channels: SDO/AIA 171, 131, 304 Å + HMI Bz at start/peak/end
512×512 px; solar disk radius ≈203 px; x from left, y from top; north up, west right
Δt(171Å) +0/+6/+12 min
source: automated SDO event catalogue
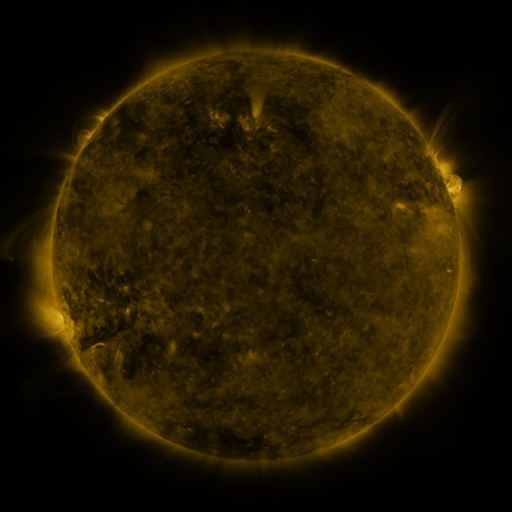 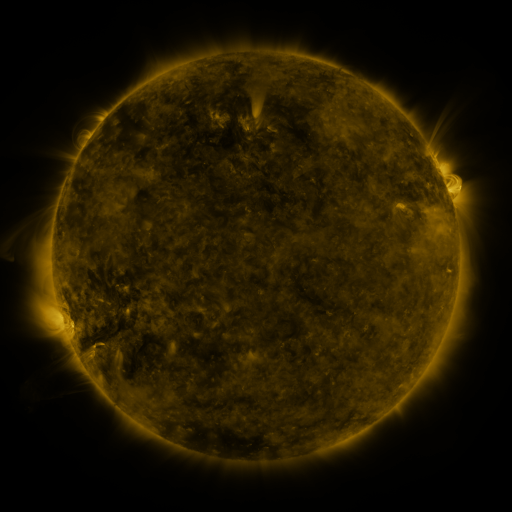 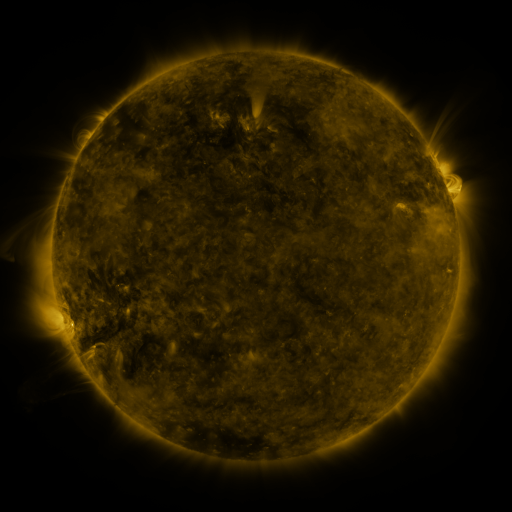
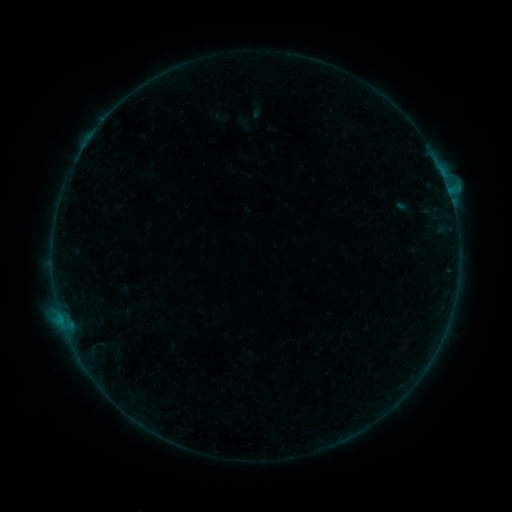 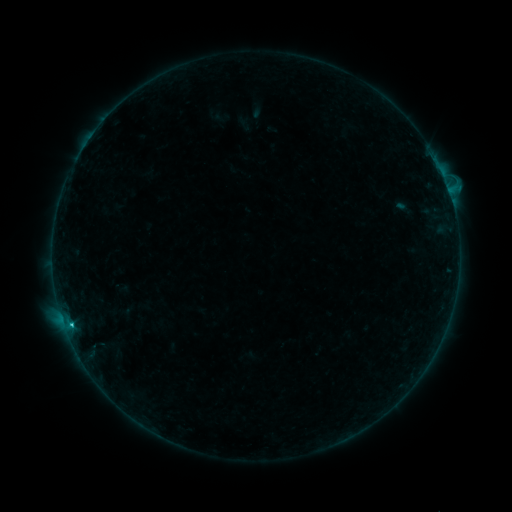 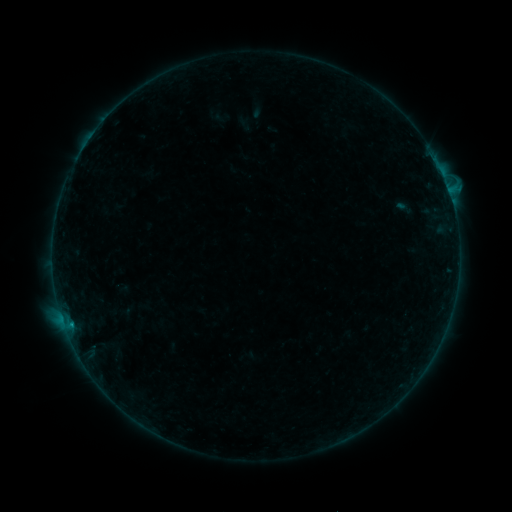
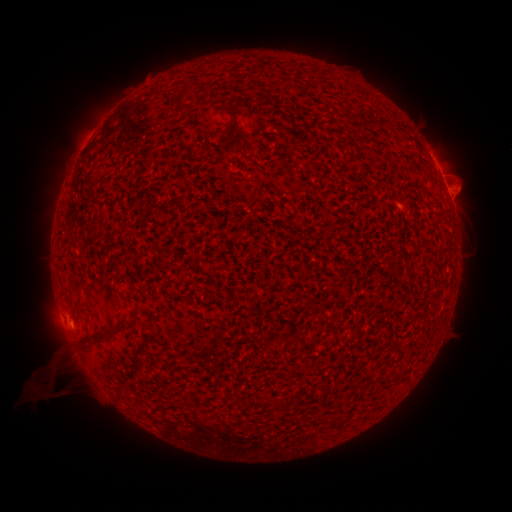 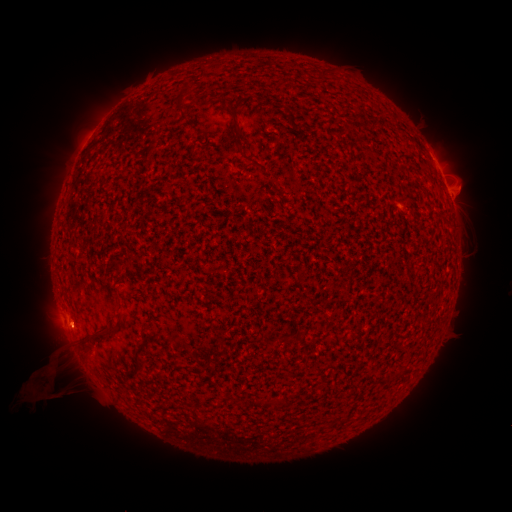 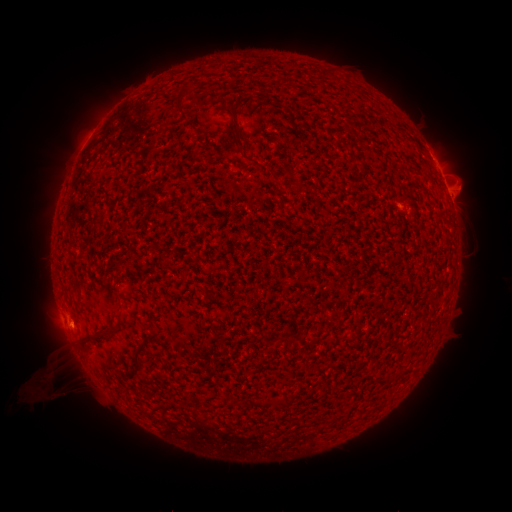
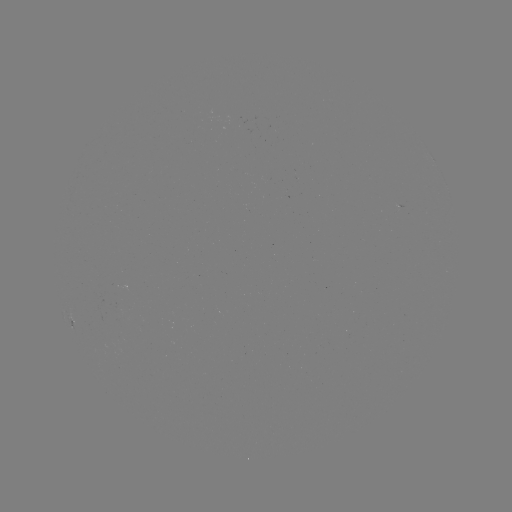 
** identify B5.2 flare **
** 74,323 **